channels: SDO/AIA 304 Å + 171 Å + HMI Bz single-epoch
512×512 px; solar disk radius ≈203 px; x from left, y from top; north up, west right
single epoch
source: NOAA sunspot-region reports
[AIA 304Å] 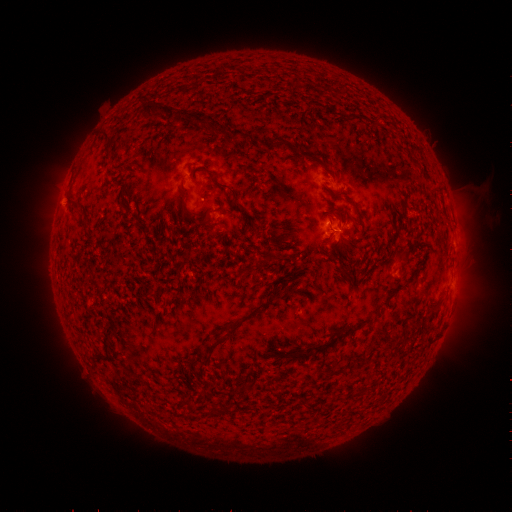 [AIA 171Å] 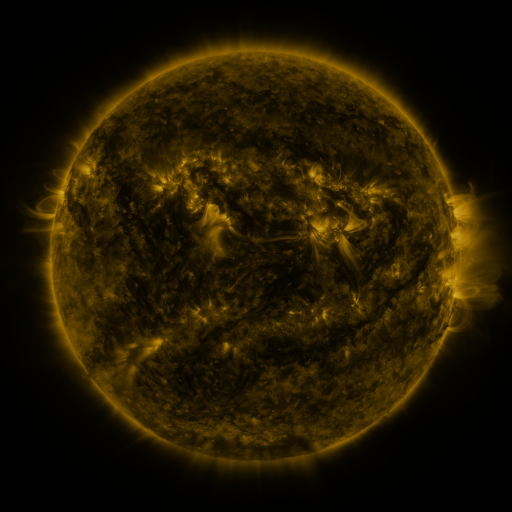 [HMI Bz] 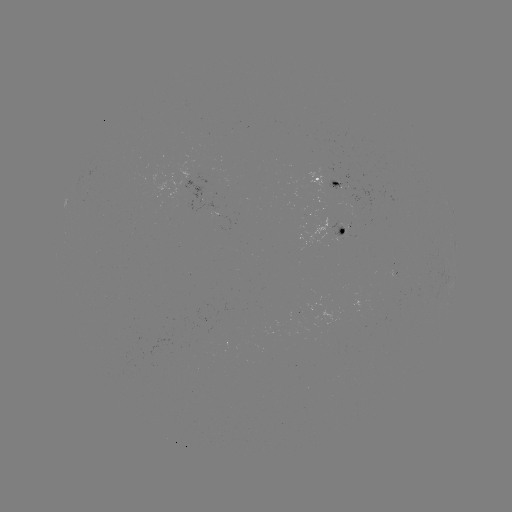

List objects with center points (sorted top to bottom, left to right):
spotted active region: (328, 179)
spotted active region: (335, 231)
